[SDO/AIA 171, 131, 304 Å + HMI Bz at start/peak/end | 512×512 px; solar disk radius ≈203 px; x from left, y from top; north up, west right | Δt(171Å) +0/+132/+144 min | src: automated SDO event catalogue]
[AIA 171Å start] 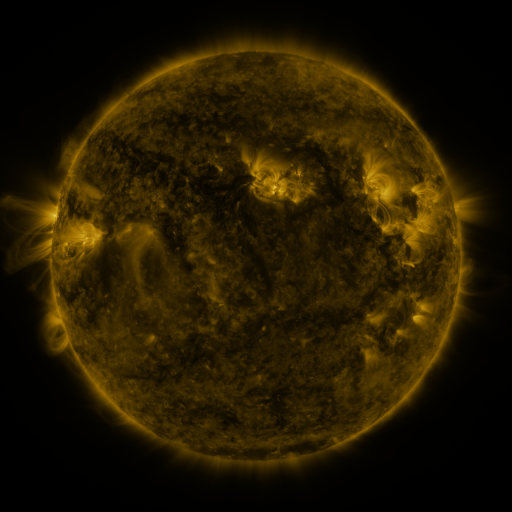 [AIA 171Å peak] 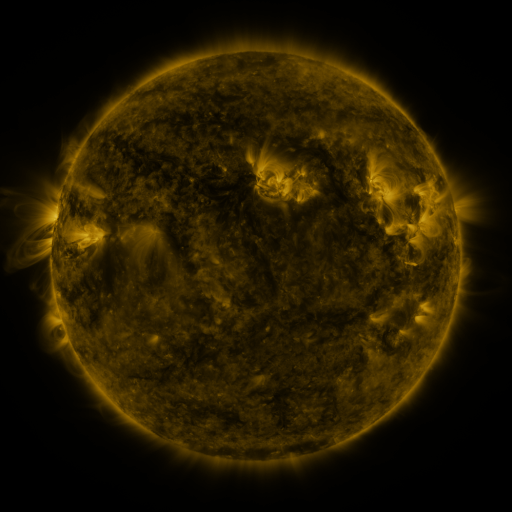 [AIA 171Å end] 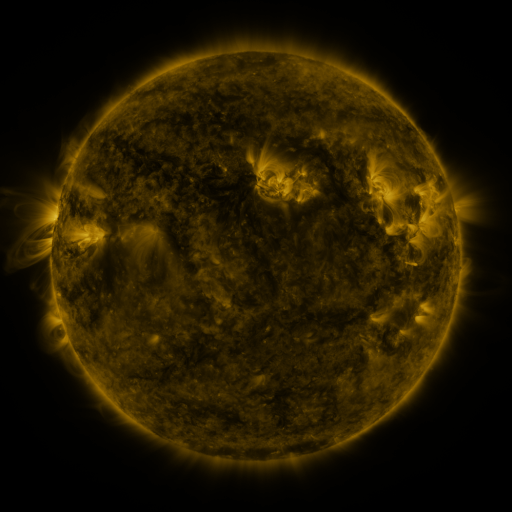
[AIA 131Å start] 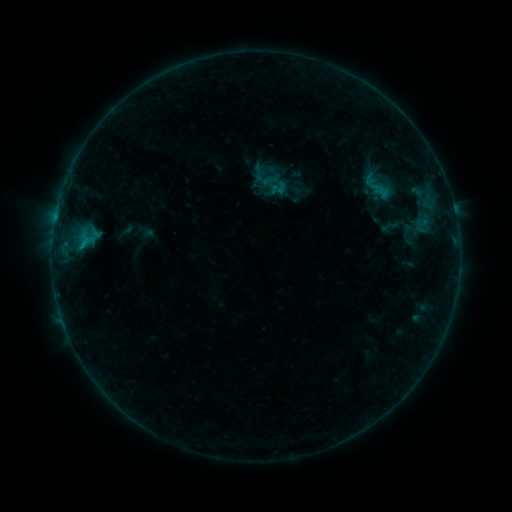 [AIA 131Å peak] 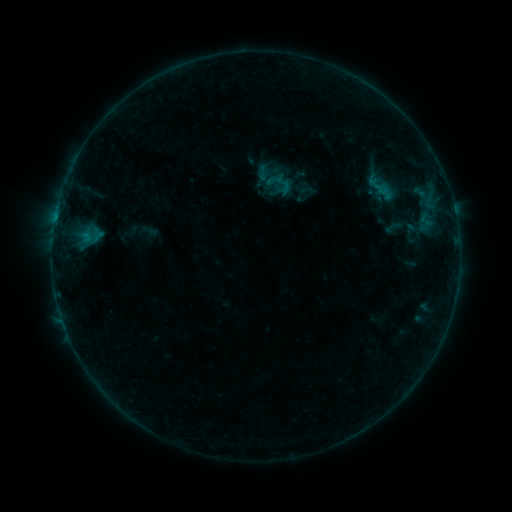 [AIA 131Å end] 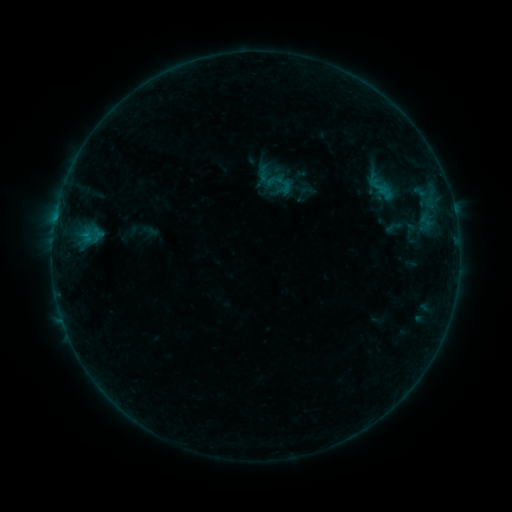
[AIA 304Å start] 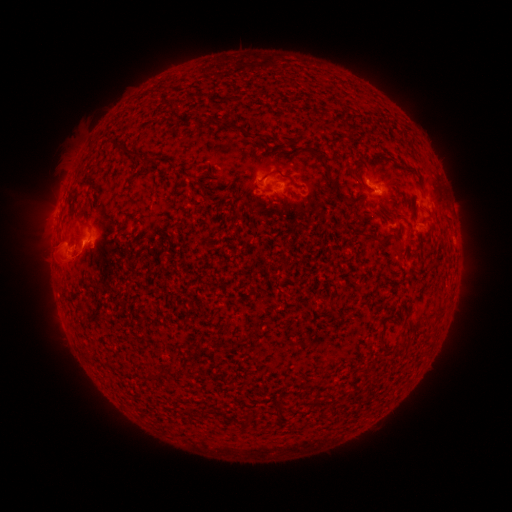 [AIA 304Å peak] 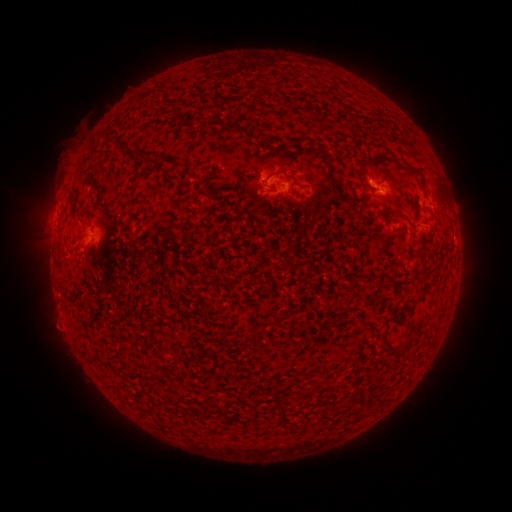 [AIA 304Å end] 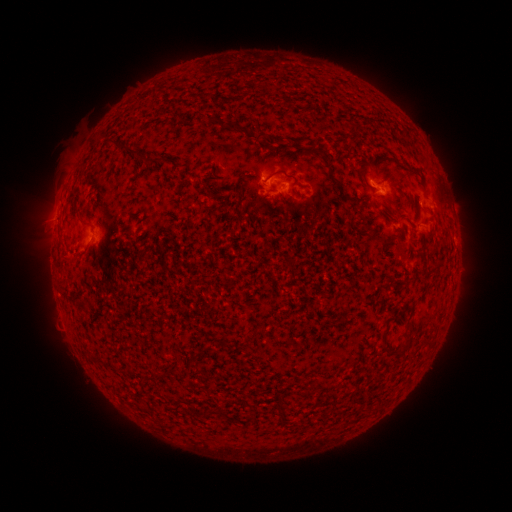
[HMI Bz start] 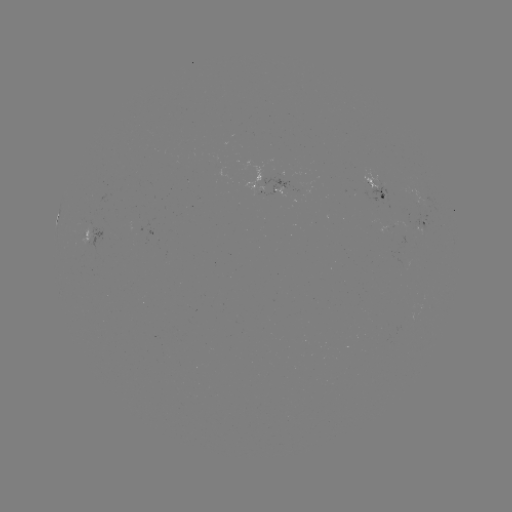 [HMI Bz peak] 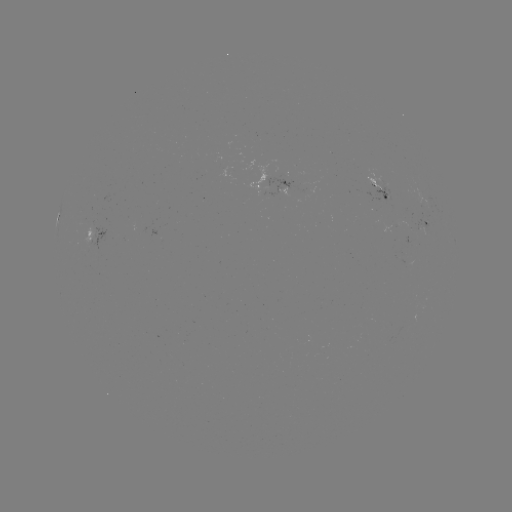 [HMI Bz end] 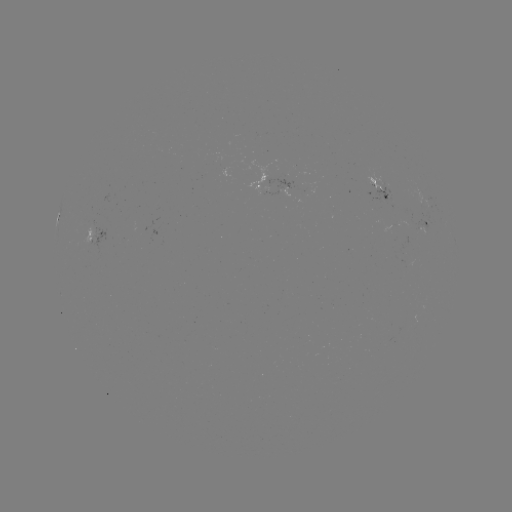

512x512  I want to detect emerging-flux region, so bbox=[381, 224, 392, 234].